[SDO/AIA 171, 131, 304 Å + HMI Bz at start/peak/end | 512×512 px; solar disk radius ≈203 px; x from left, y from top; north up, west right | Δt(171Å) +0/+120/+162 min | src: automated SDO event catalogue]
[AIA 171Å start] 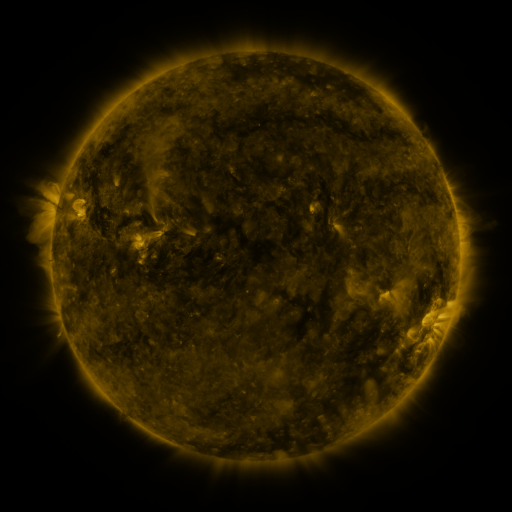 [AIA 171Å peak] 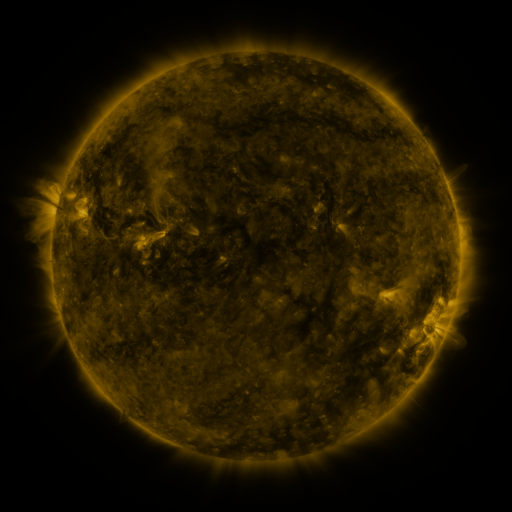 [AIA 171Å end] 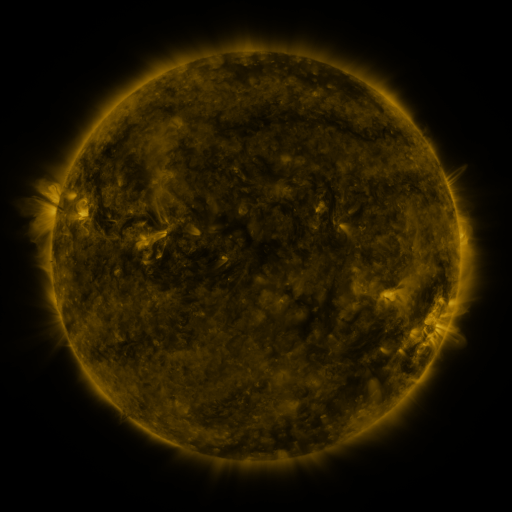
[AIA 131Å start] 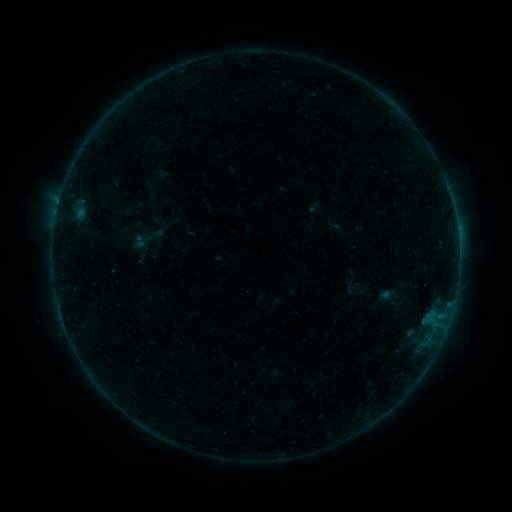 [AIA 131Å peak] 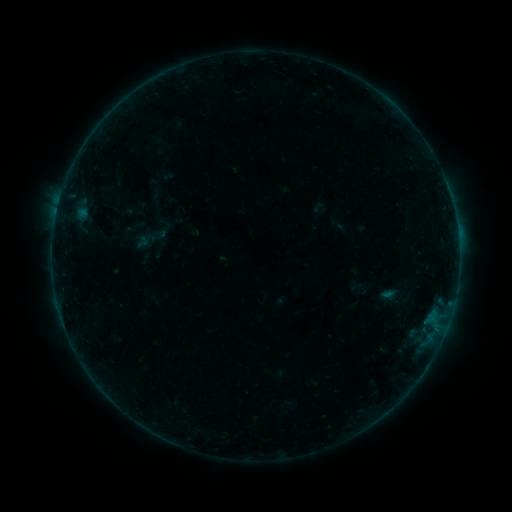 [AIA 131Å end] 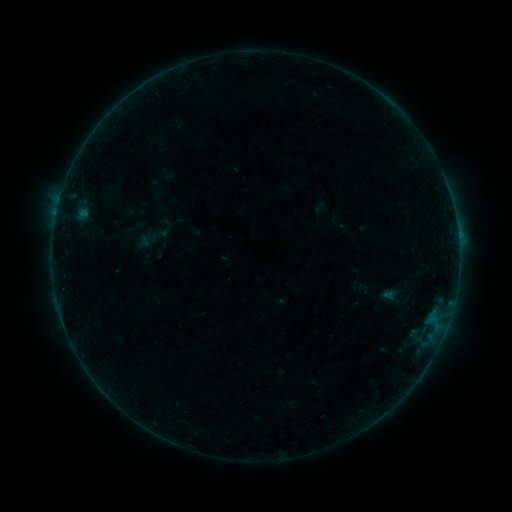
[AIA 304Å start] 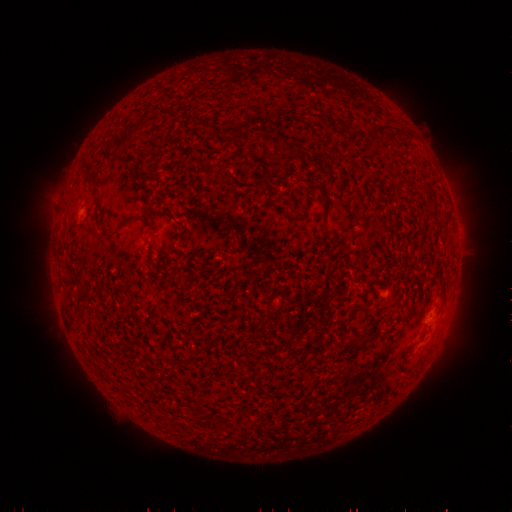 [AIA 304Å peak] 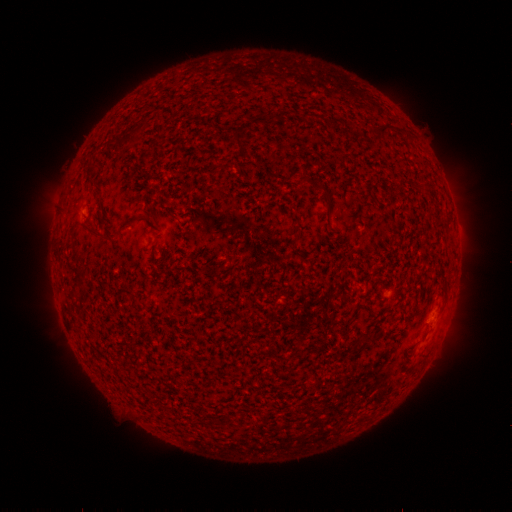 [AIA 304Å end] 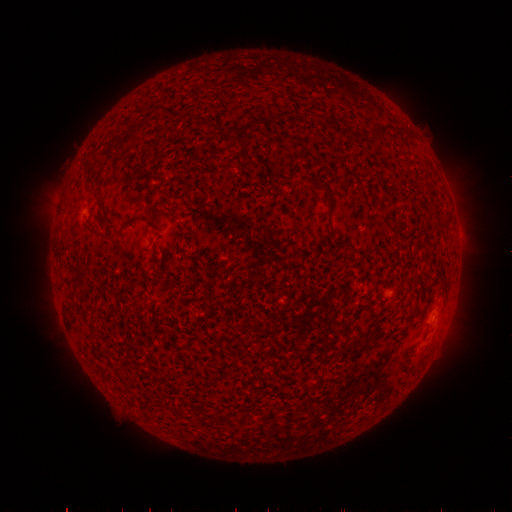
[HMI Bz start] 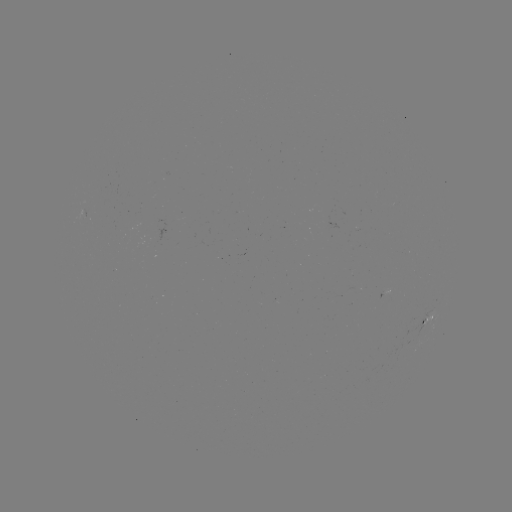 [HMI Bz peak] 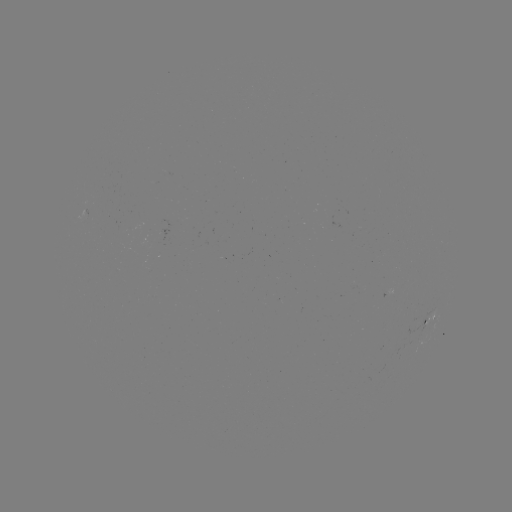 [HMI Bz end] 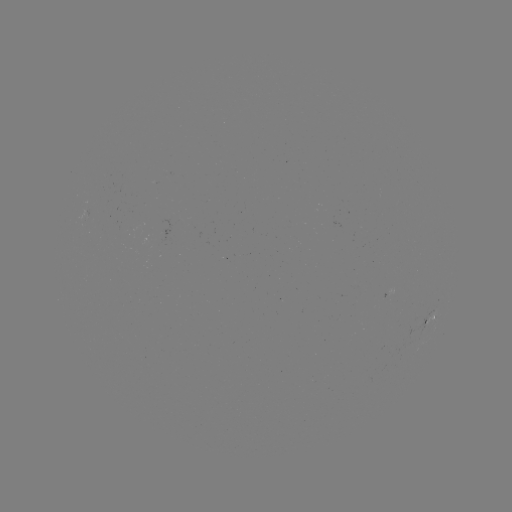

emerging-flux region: (158, 219, 170, 243)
